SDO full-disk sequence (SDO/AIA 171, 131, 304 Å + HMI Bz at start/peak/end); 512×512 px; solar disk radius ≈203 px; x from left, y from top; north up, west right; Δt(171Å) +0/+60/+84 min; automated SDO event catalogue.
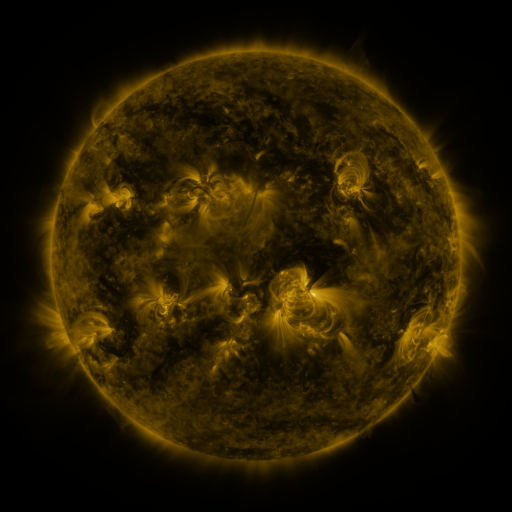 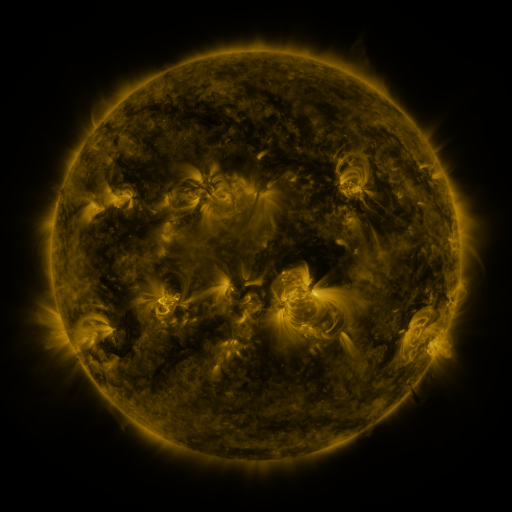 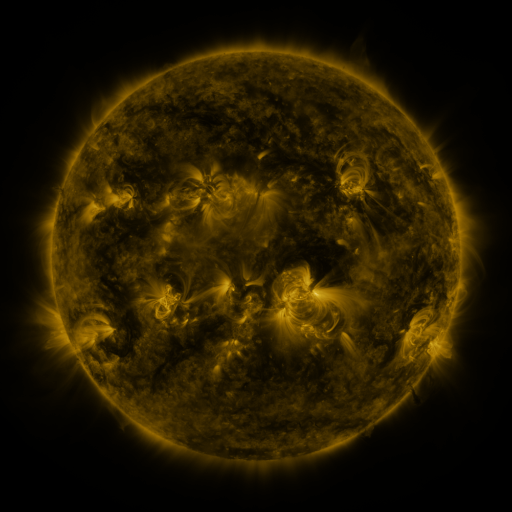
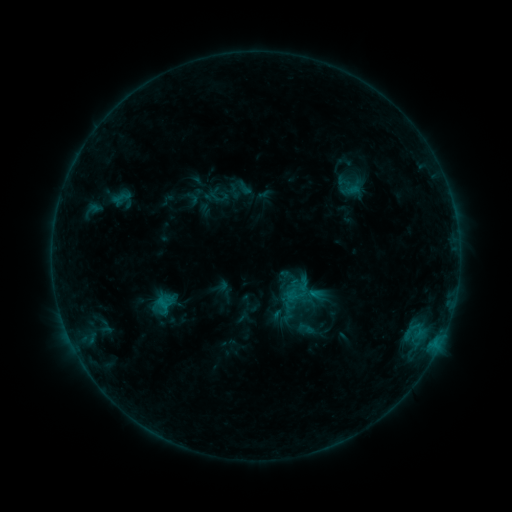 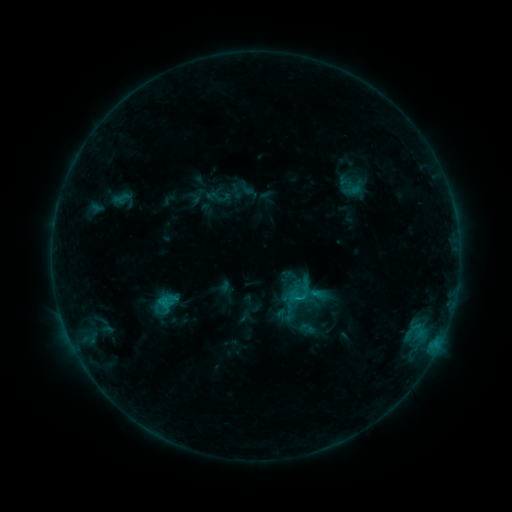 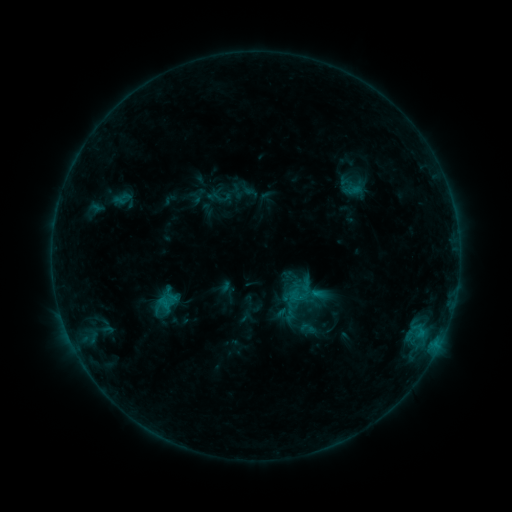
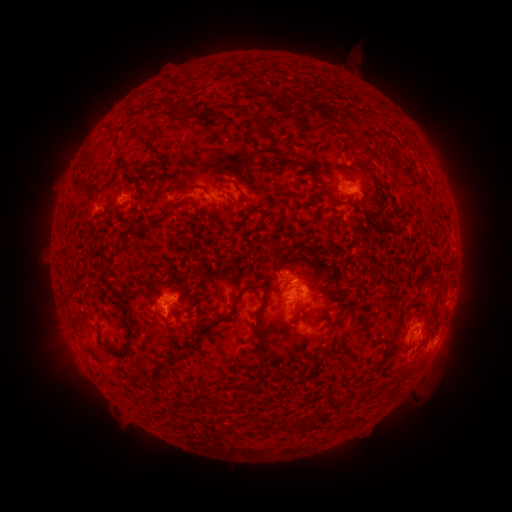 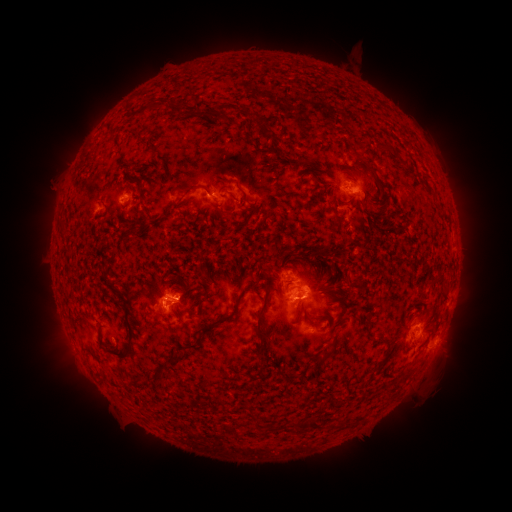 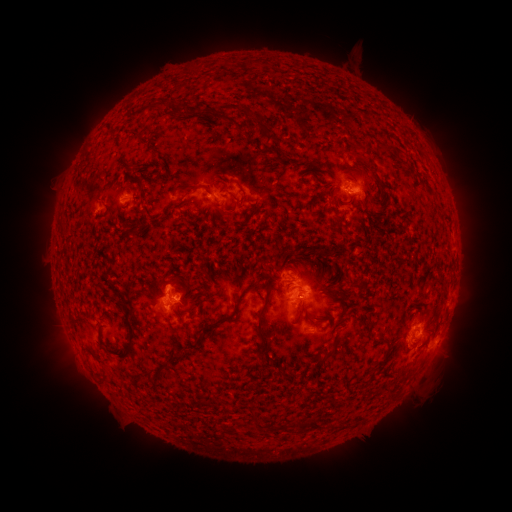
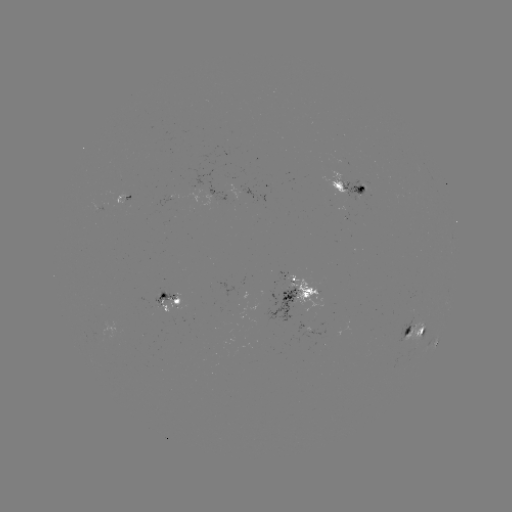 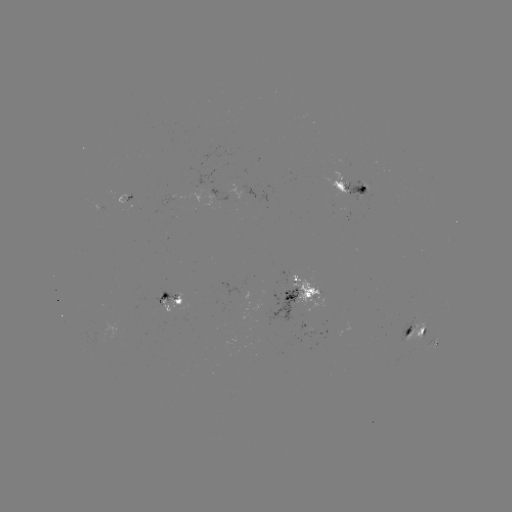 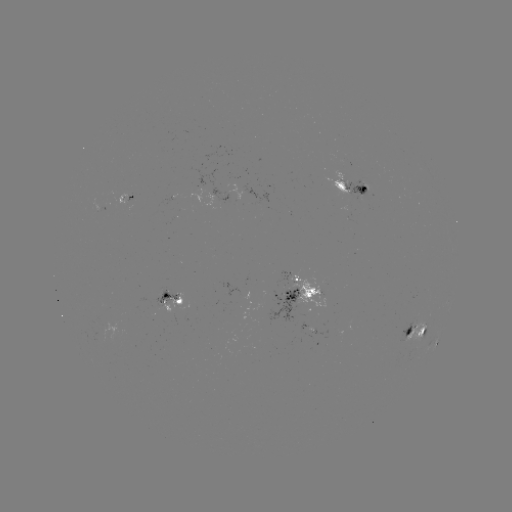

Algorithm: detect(emerging-flux region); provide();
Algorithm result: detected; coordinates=[365, 196]